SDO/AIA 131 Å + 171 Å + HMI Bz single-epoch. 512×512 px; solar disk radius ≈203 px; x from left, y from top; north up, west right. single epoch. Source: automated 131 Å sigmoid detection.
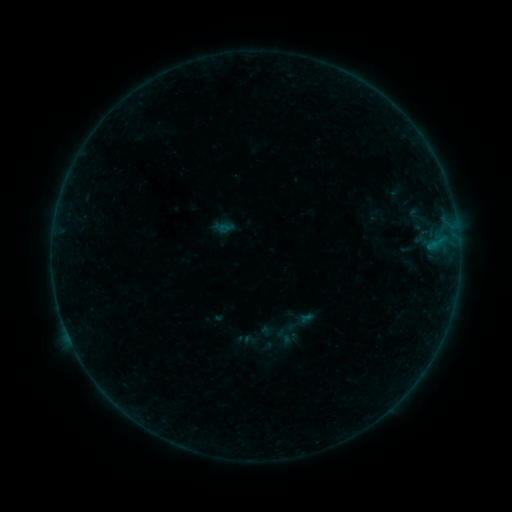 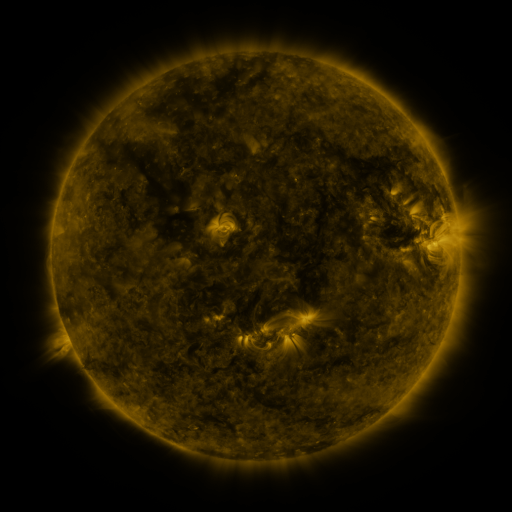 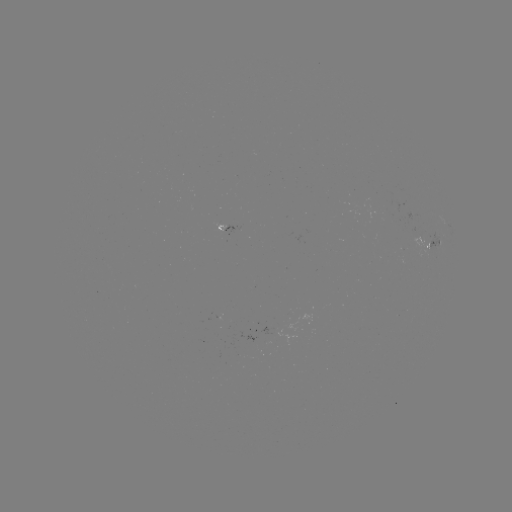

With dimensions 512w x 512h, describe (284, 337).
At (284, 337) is sigmoid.